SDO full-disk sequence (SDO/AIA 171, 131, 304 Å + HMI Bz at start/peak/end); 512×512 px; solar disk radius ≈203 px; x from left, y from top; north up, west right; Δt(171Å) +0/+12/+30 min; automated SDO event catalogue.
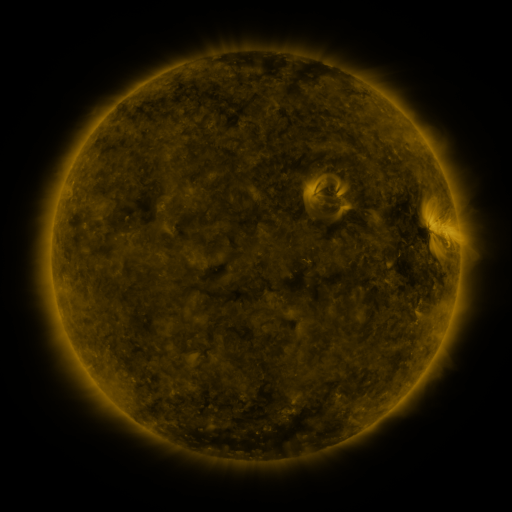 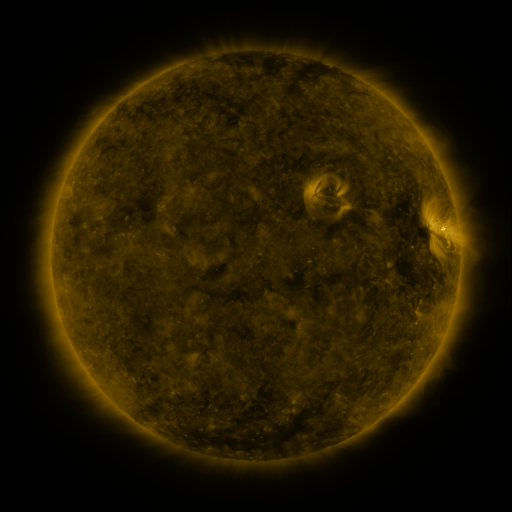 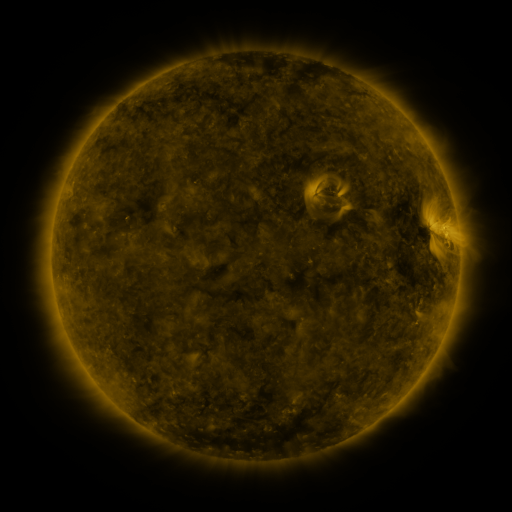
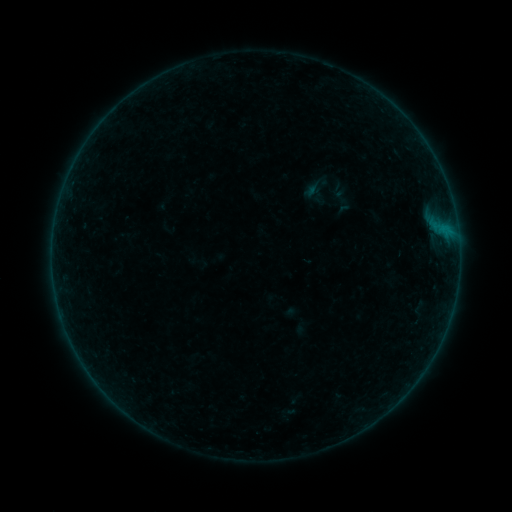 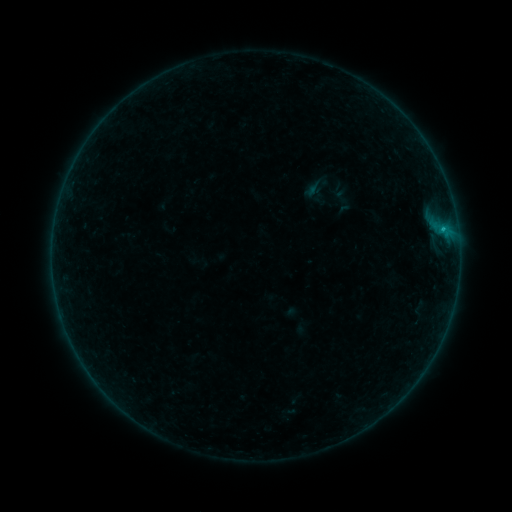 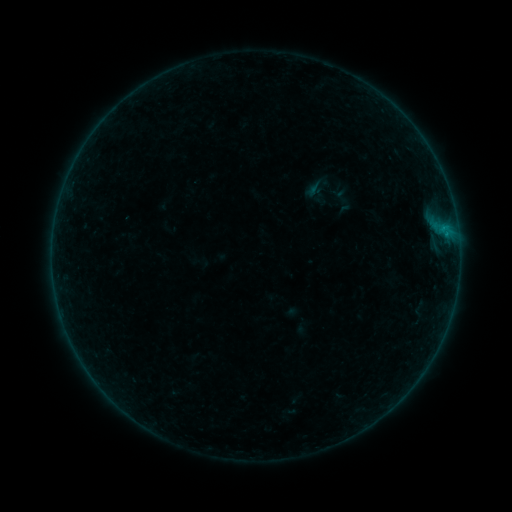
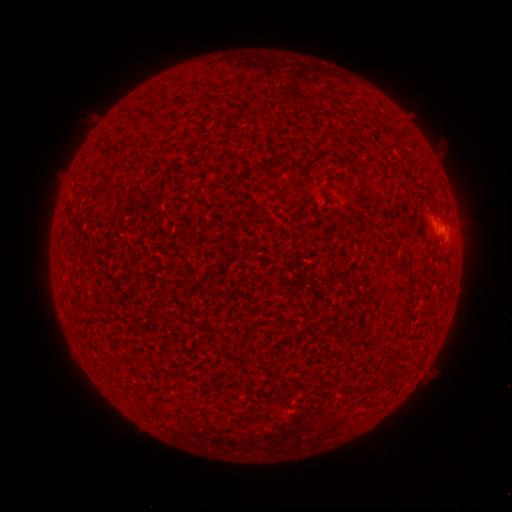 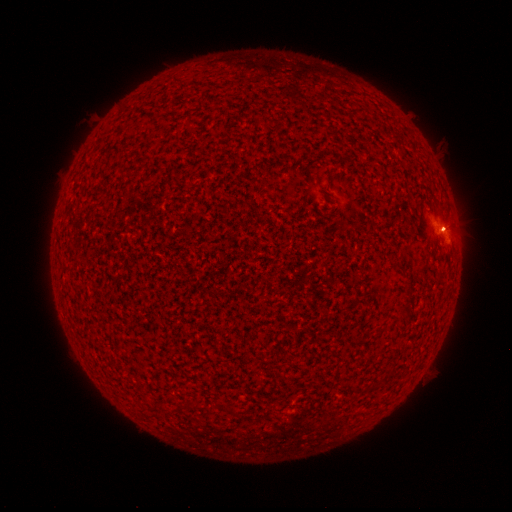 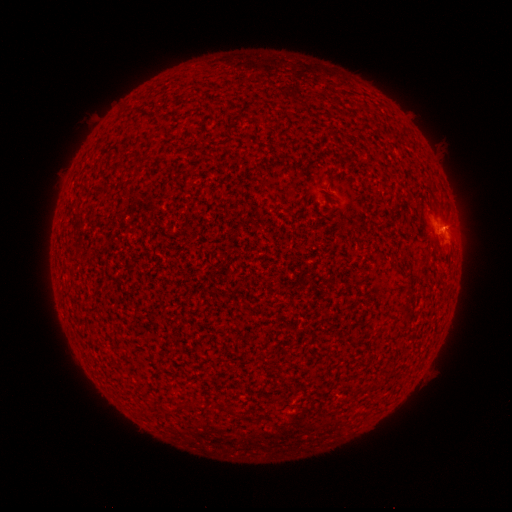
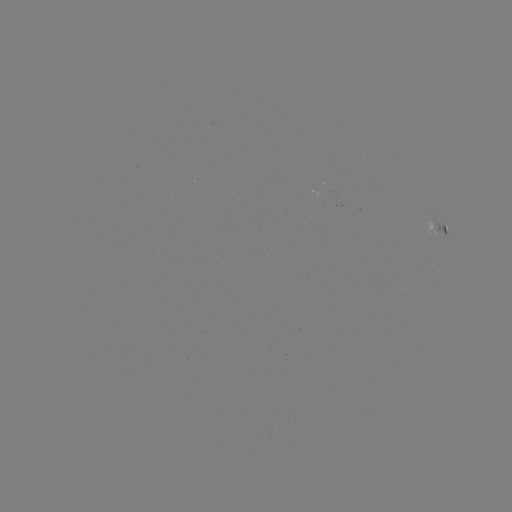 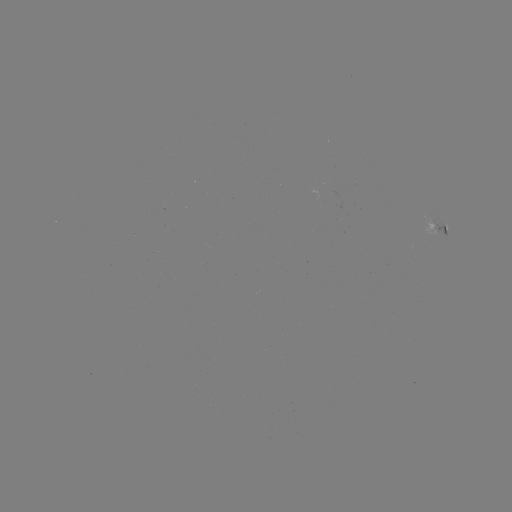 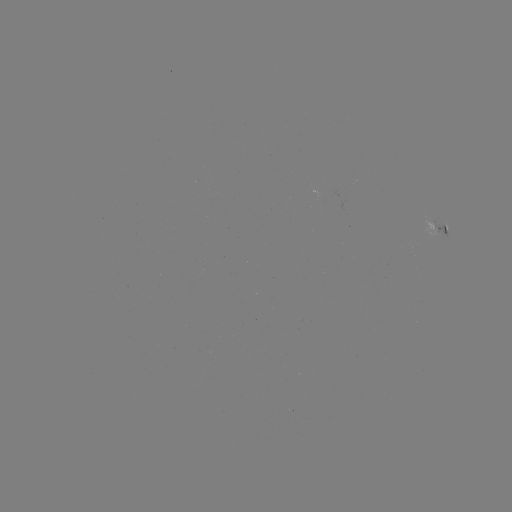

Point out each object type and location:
B2.4 flare: (442, 230)
